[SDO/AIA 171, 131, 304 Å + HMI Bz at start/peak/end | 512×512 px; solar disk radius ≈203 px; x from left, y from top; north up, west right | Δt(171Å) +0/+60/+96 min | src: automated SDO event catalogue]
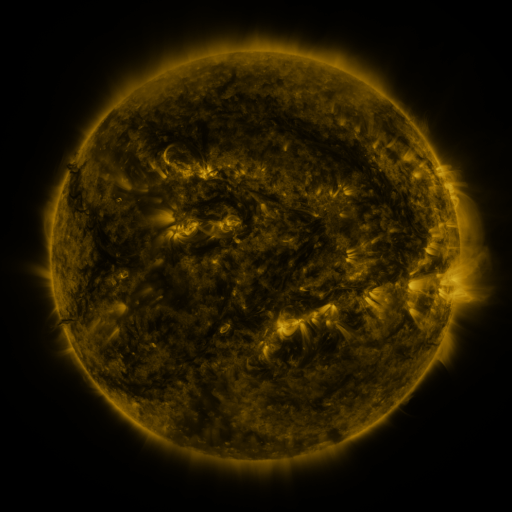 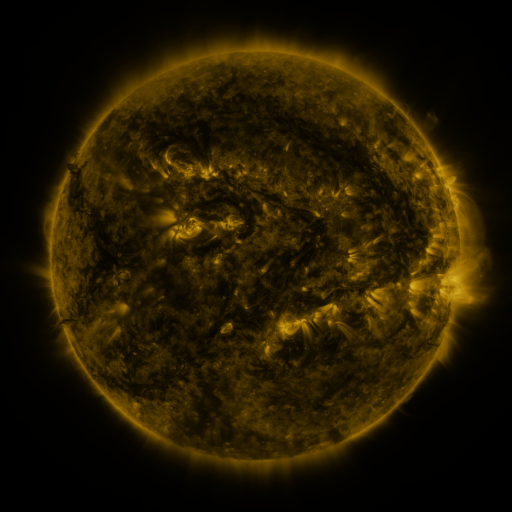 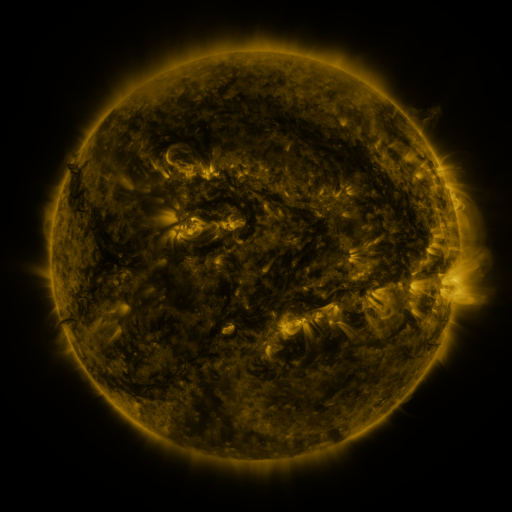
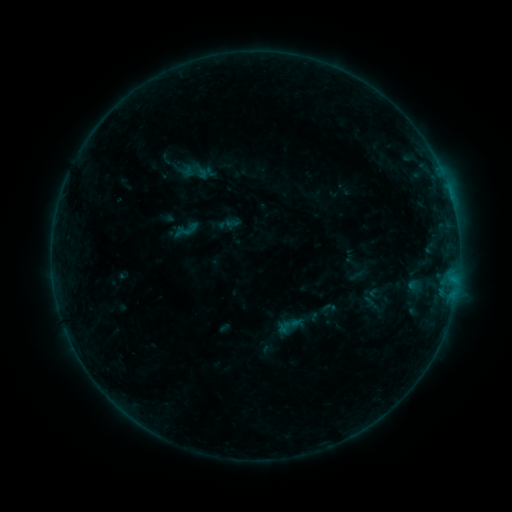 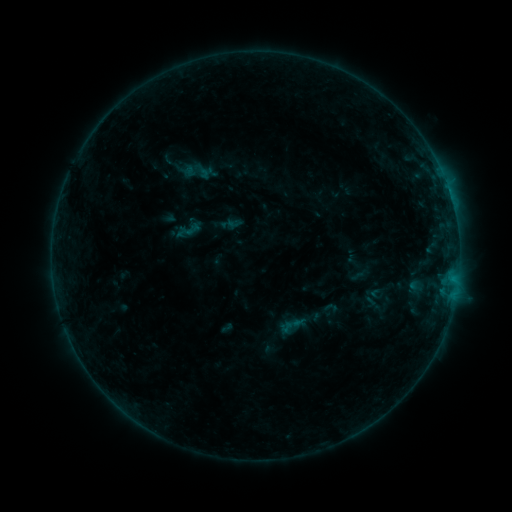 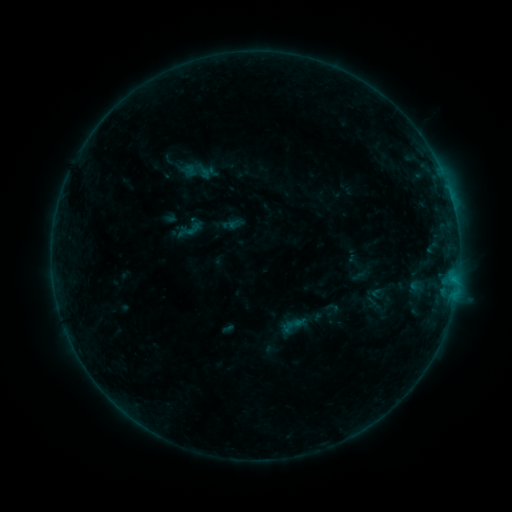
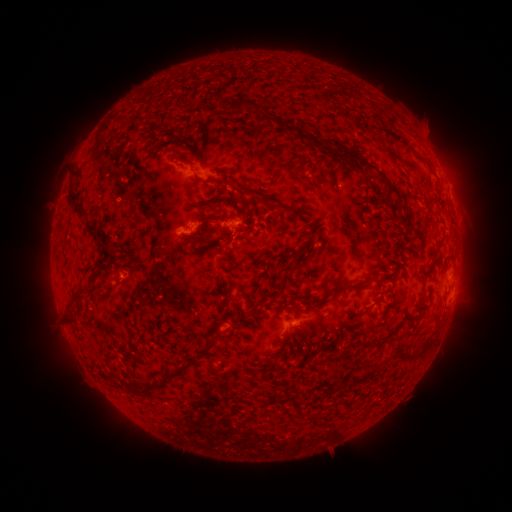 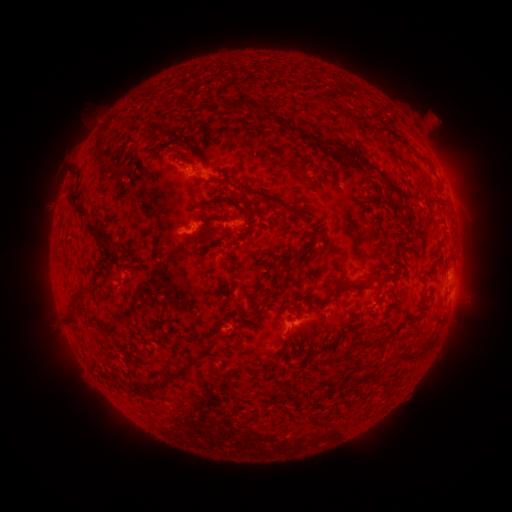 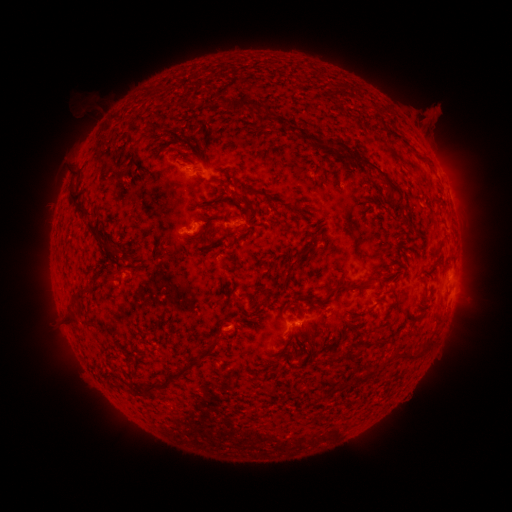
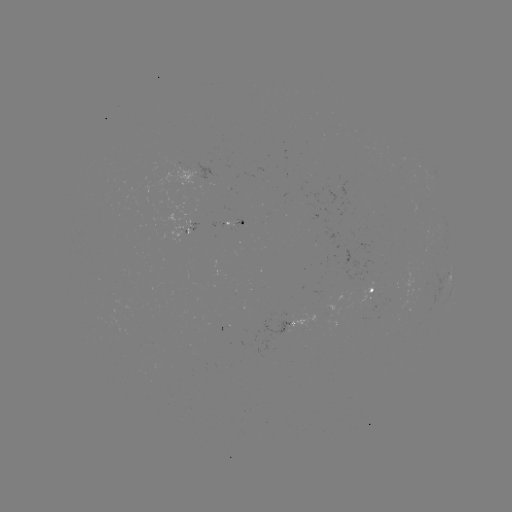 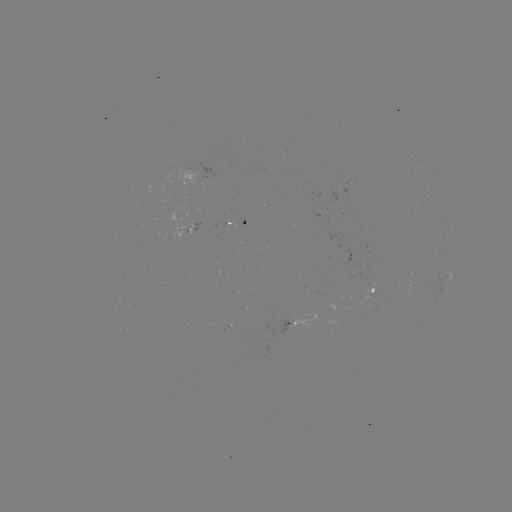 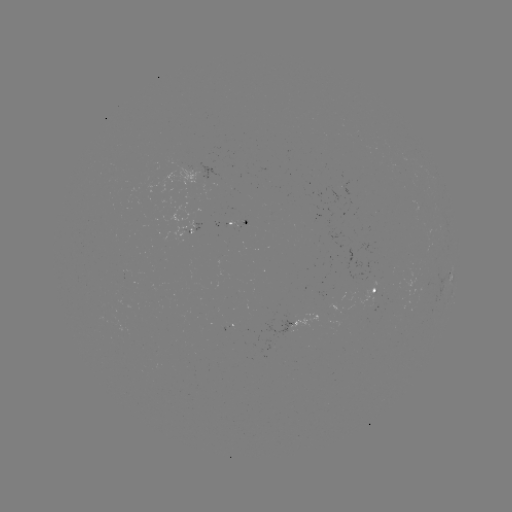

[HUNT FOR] emerging-flux region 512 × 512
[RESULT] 204,176